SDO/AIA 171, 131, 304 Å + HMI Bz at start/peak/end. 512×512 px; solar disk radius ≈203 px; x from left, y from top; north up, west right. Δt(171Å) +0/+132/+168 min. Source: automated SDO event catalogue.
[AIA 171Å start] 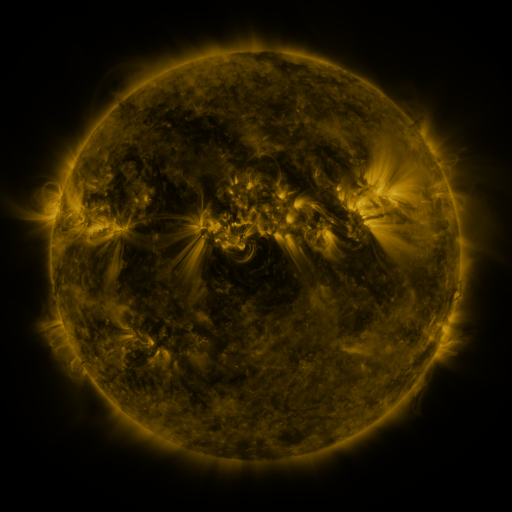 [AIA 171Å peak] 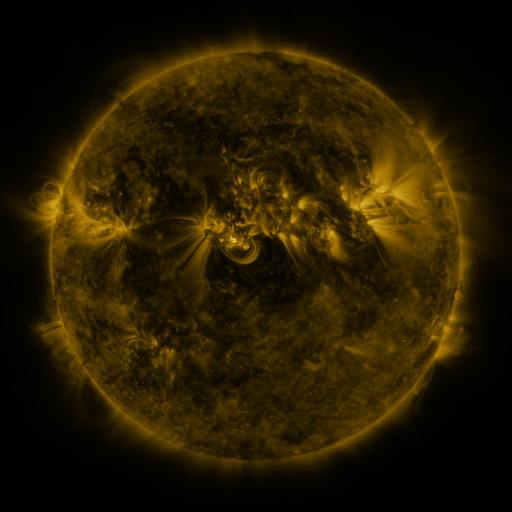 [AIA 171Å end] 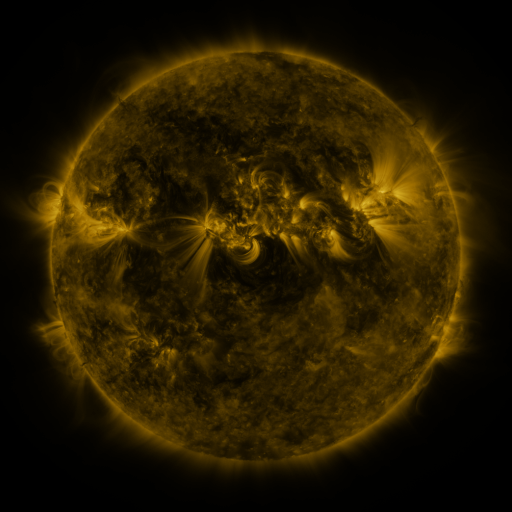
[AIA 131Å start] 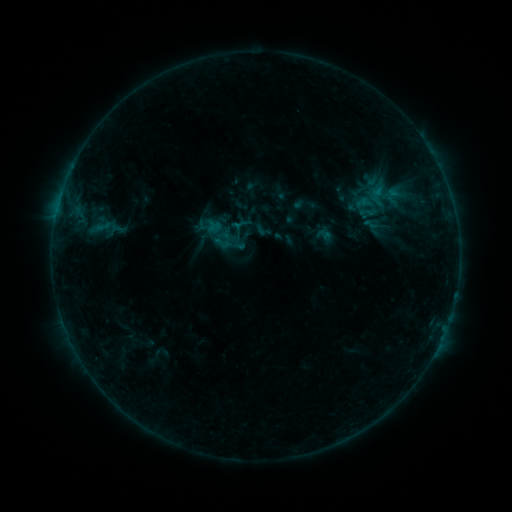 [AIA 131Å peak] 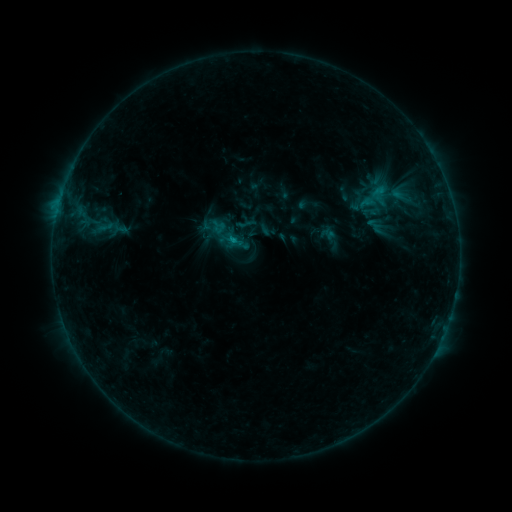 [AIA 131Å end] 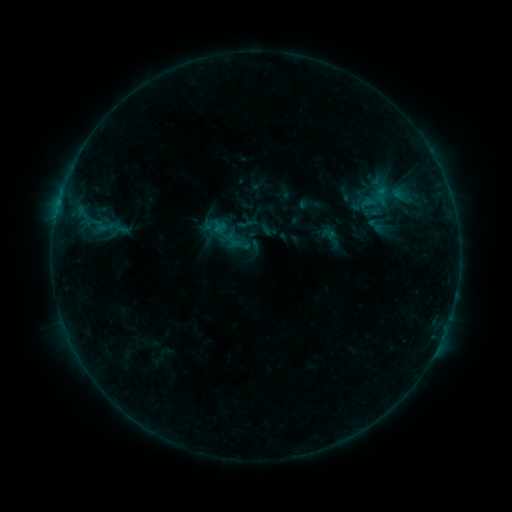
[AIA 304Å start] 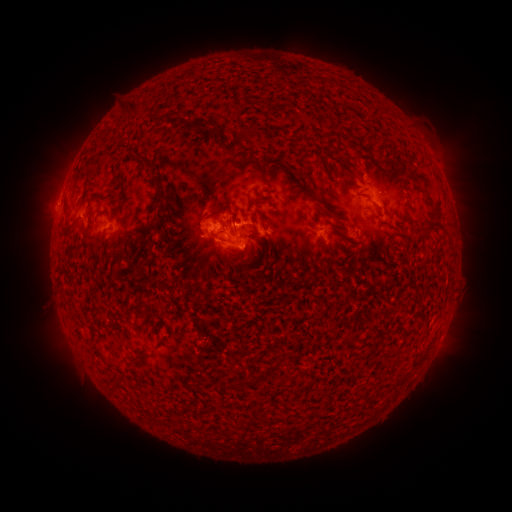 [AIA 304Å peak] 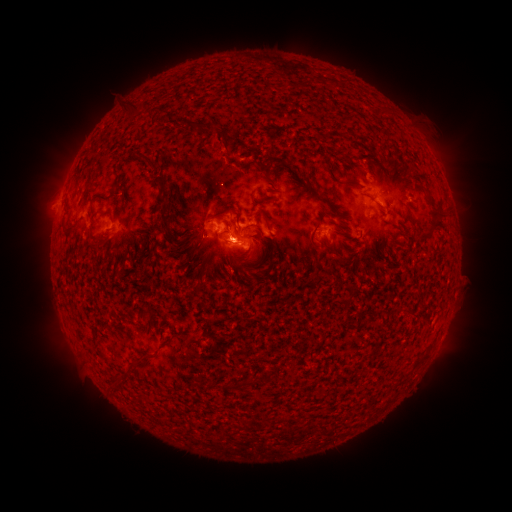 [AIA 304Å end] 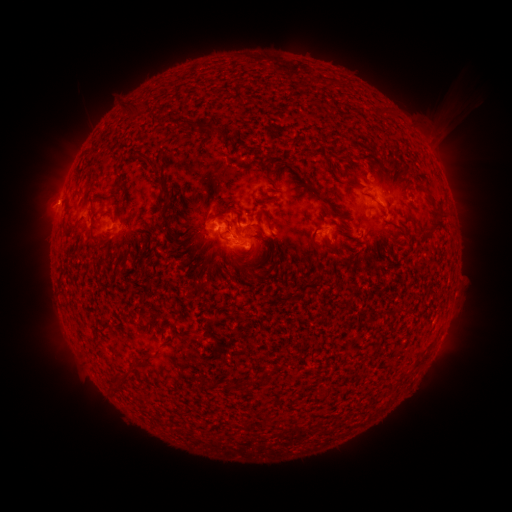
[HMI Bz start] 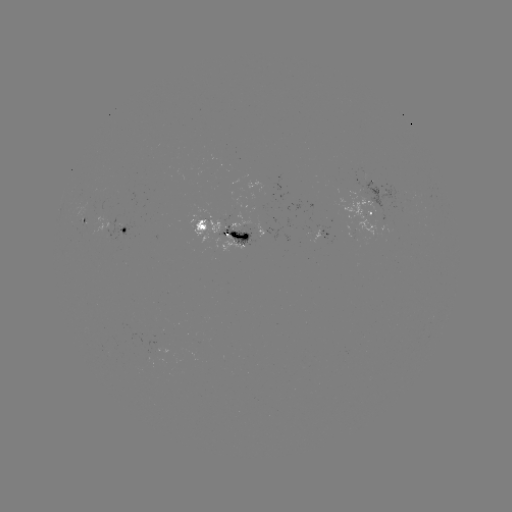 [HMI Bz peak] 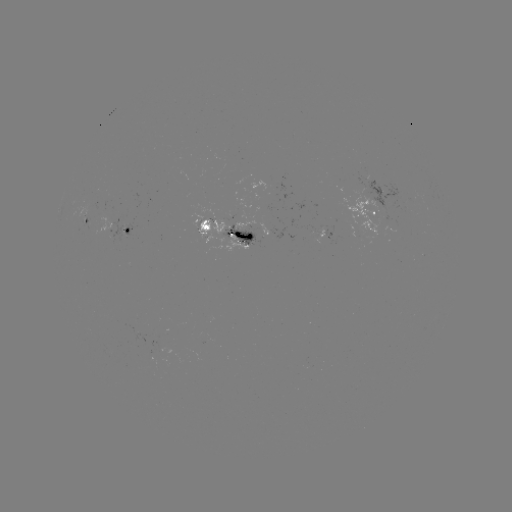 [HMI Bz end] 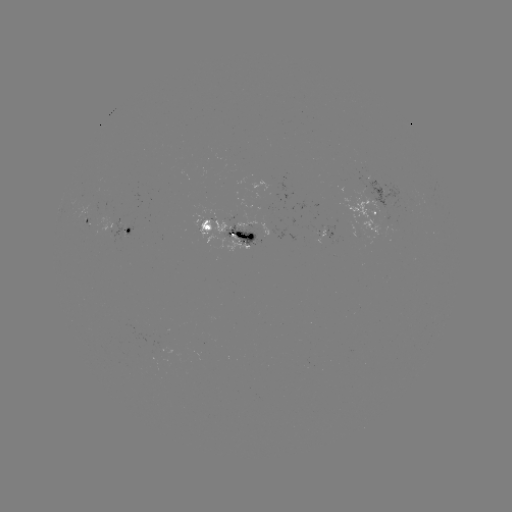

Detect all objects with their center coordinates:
emerging-flux region: (381, 193)
